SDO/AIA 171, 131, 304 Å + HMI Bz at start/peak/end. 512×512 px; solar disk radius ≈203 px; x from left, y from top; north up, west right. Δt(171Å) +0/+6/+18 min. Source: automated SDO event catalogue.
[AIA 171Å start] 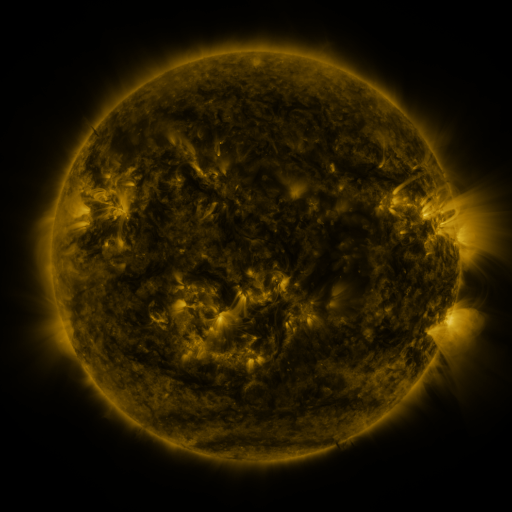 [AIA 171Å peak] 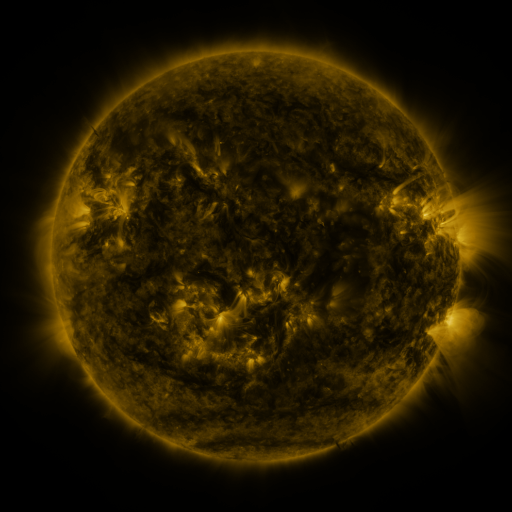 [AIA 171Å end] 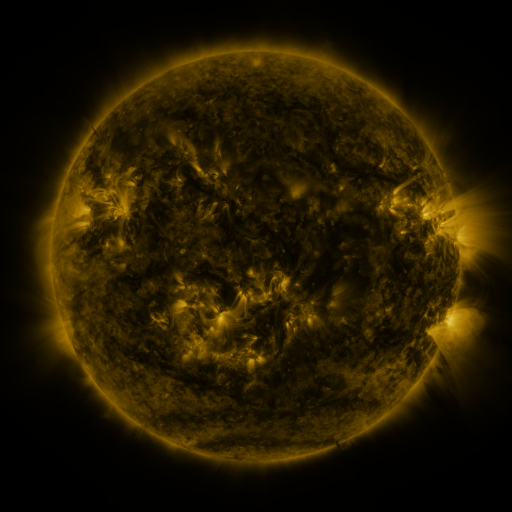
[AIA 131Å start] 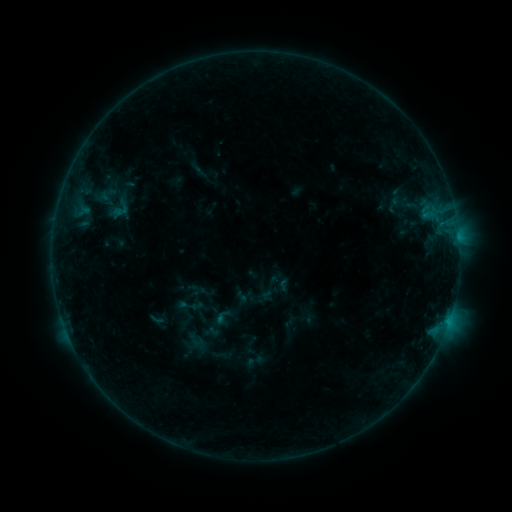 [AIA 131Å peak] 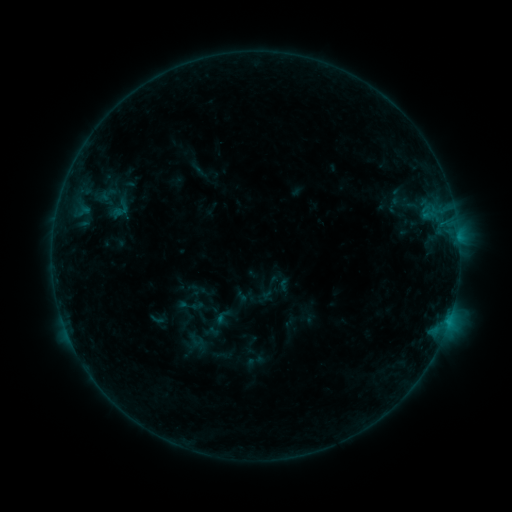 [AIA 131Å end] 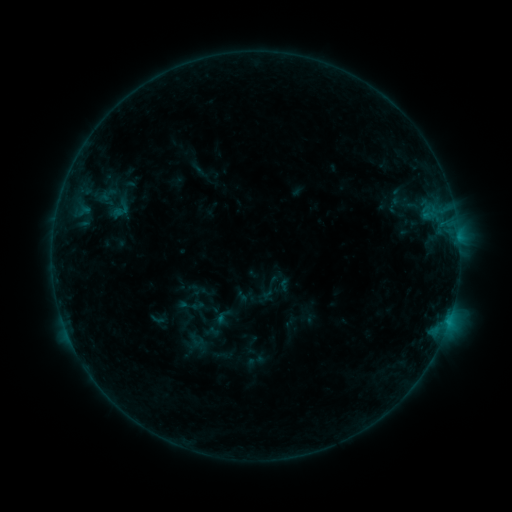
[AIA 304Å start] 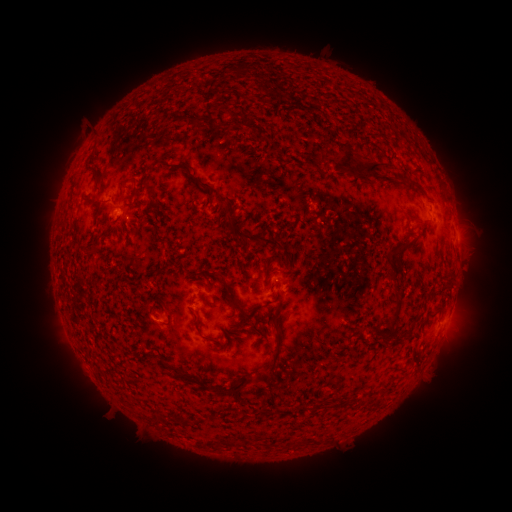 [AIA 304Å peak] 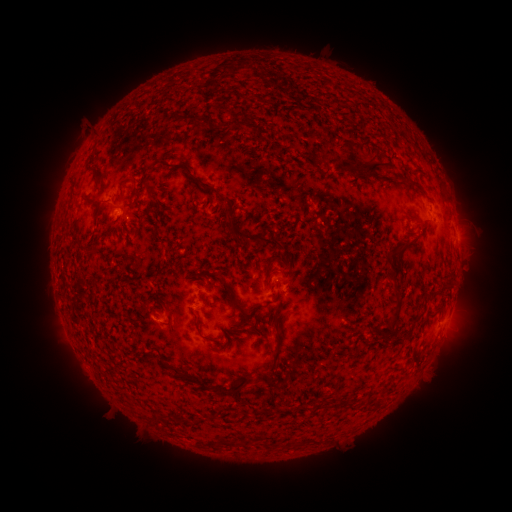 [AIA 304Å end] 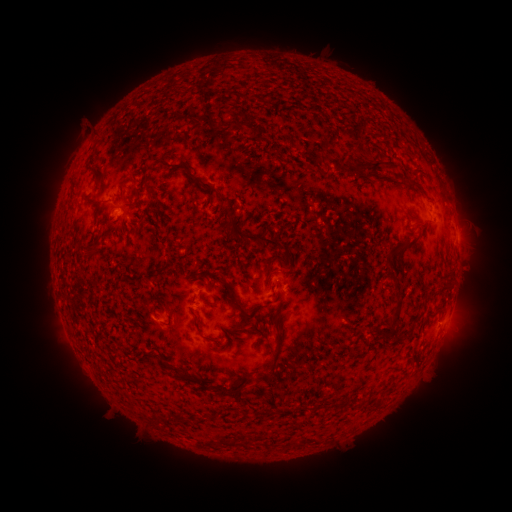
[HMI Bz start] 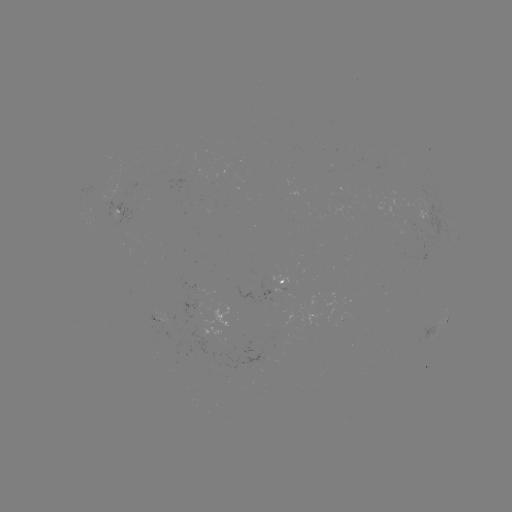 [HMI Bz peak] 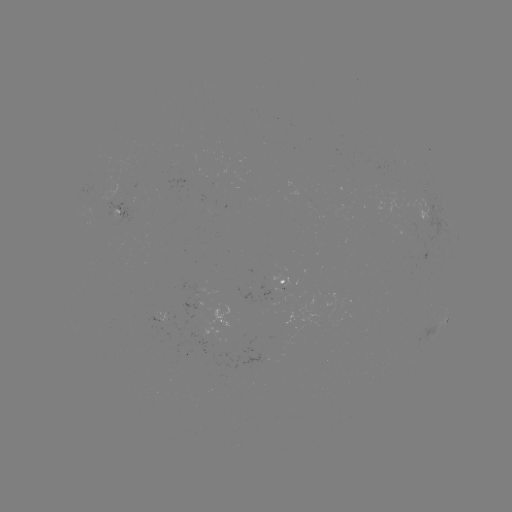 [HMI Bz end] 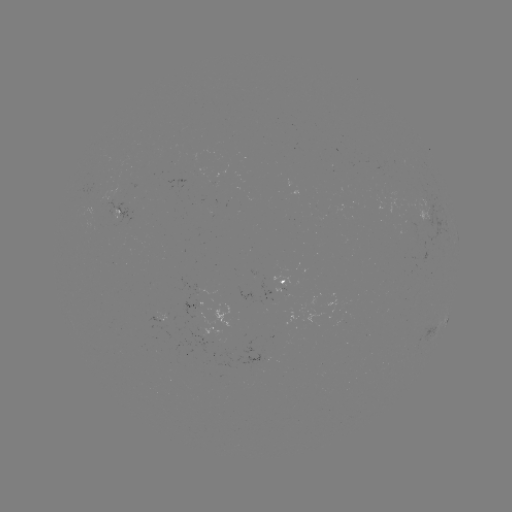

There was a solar eruption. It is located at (355, 150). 